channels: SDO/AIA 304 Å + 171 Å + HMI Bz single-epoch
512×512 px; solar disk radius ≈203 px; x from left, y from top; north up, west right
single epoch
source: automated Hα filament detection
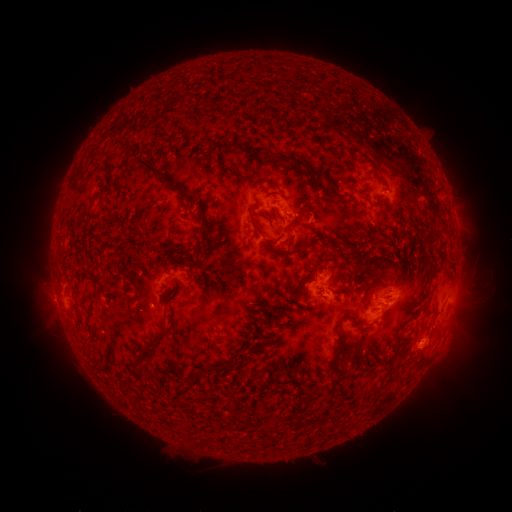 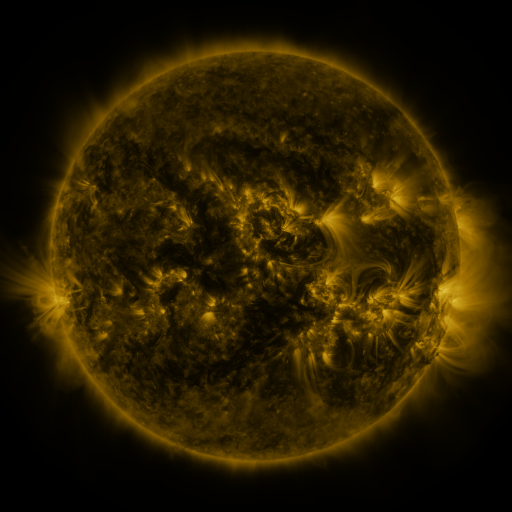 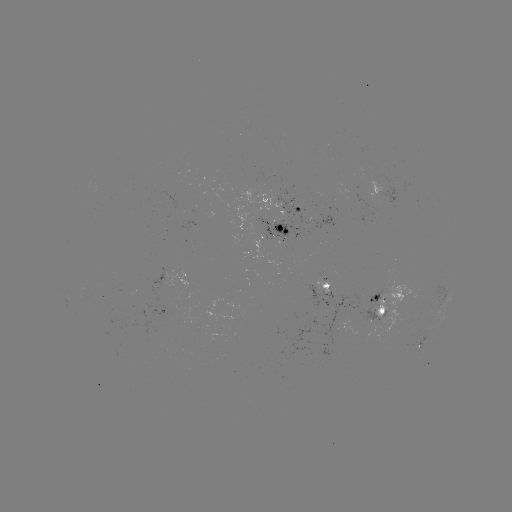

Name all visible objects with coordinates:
filament: [225, 140, 234, 150]
filament: [127, 142, 171, 183]
filament: [237, 143, 265, 153]
filament: [272, 153, 320, 177]
filament: [216, 156, 232, 173]
filament: [268, 181, 278, 188]
filament: [321, 193, 337, 201]
filament: [272, 211, 278, 222]
filament: [195, 213, 208, 248]
filament: [247, 216, 263, 237]
filament: [266, 236, 282, 244]
filament: [292, 237, 310, 255]
filament: [175, 248, 188, 256]
filament: [130, 290, 138, 301]
filament: [132, 327, 169, 368]
filament: [335, 337, 342, 352]
